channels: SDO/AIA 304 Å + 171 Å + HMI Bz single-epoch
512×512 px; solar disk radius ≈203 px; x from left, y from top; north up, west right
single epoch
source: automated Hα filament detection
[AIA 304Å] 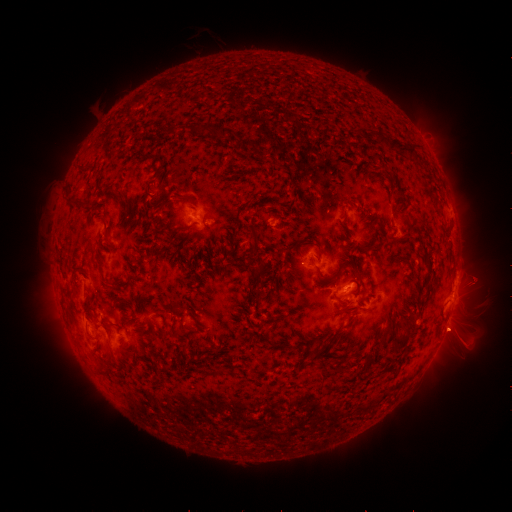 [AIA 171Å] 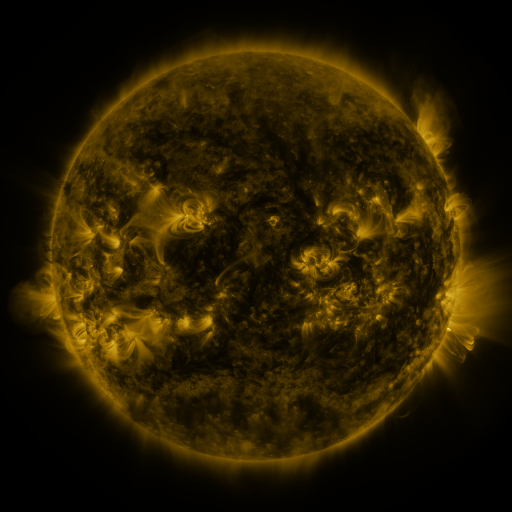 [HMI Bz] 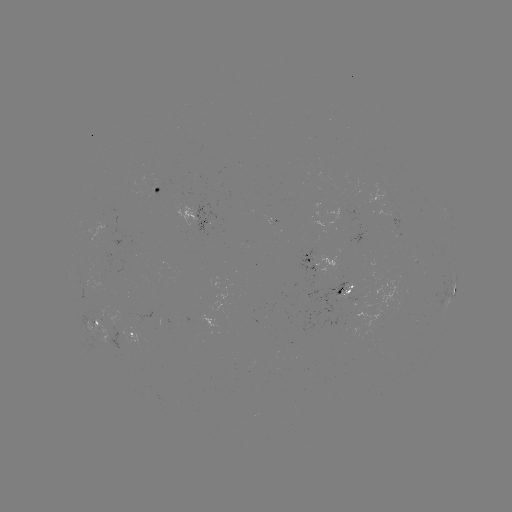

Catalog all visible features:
filament: [195, 124, 211, 138]
filament: [219, 127, 229, 139]
filament: [378, 135, 408, 154]
filament: [406, 144, 417, 159]
filament: [116, 189, 125, 204]
filament: [66, 197, 82, 207]
filament: [102, 218, 110, 238]
filament: [187, 220, 198, 229]
filament: [245, 222, 258, 243]
filament: [368, 244, 381, 253]
filament: [349, 264, 366, 291]
filament: [315, 266, 330, 280]
filament: [101, 275, 121, 287]
filament: [338, 304, 351, 312]
filament: [332, 329, 342, 337]
filament: [393, 334, 410, 350]
filament: [208, 366, 224, 375]
